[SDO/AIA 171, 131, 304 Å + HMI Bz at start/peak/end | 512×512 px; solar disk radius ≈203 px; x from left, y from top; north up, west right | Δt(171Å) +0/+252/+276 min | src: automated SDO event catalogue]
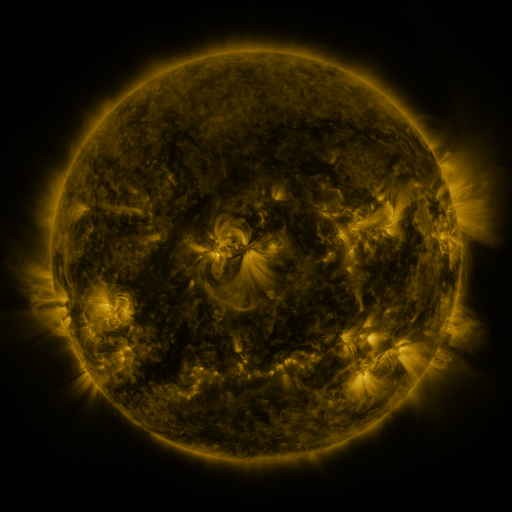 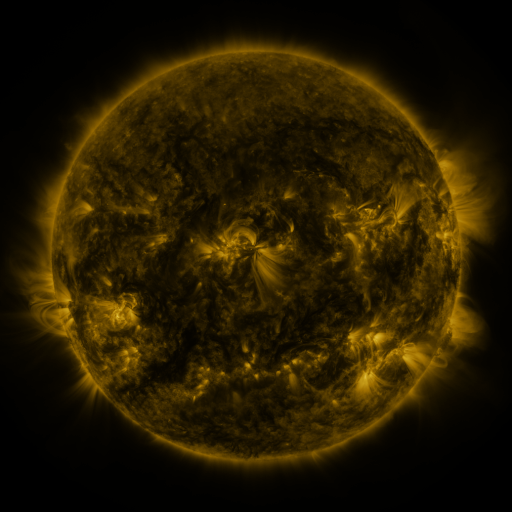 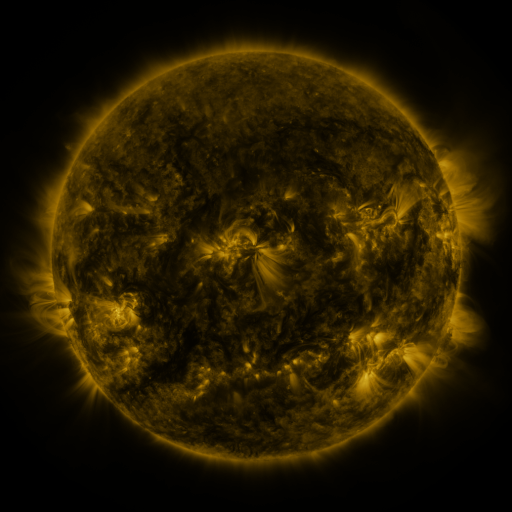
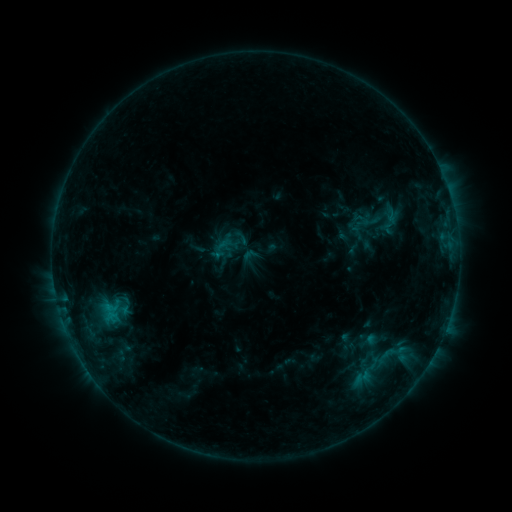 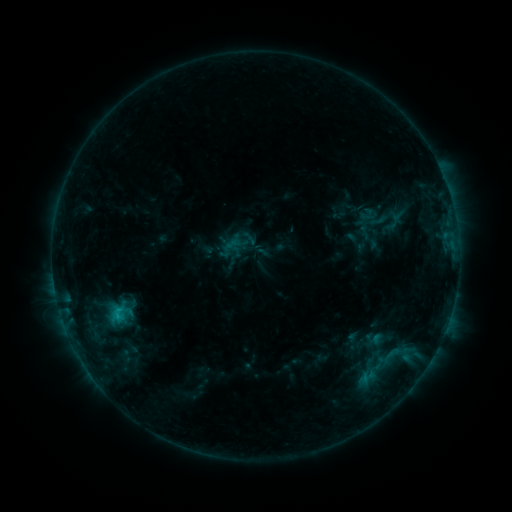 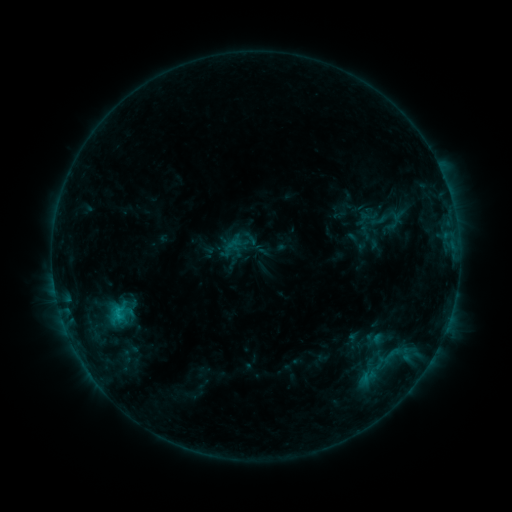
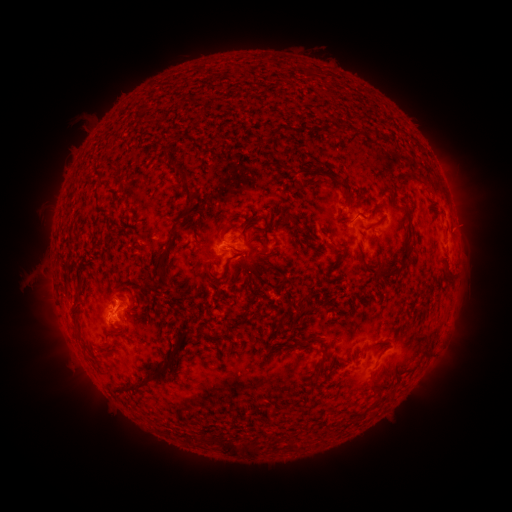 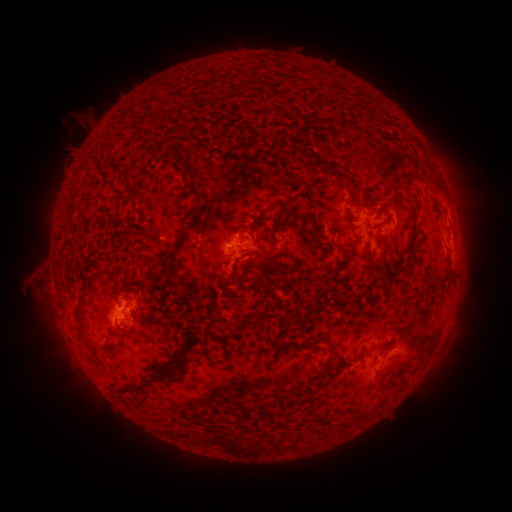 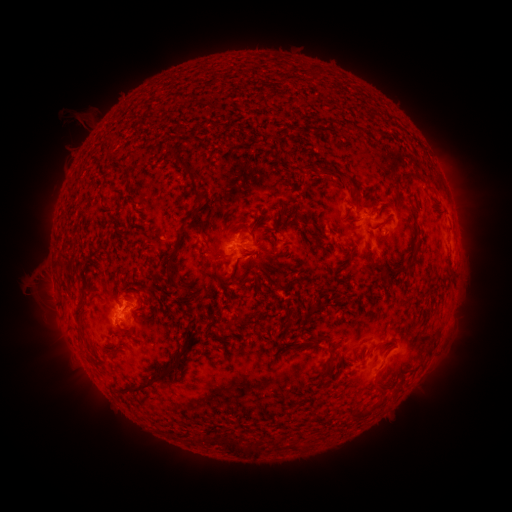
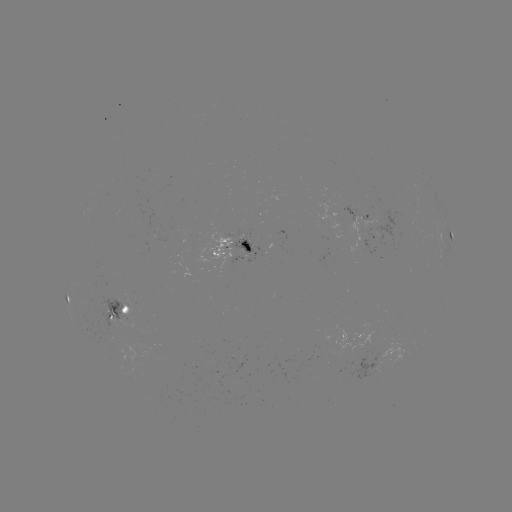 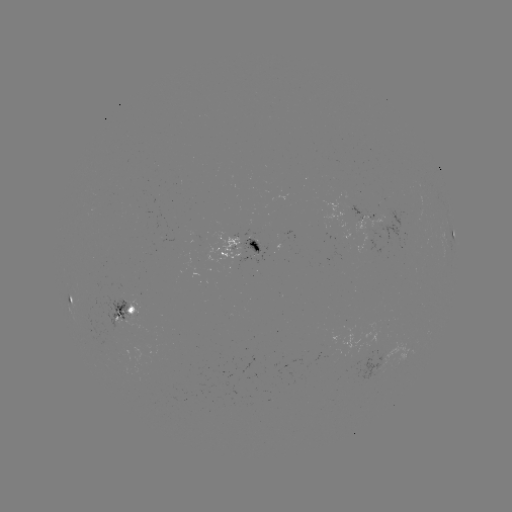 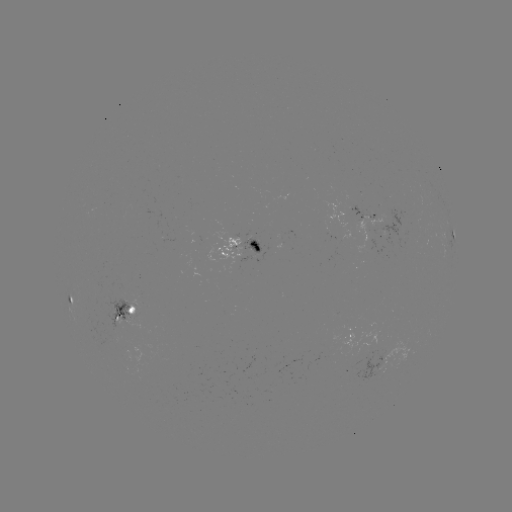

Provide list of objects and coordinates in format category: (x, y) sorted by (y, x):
emerging-flux region: (250, 249)
